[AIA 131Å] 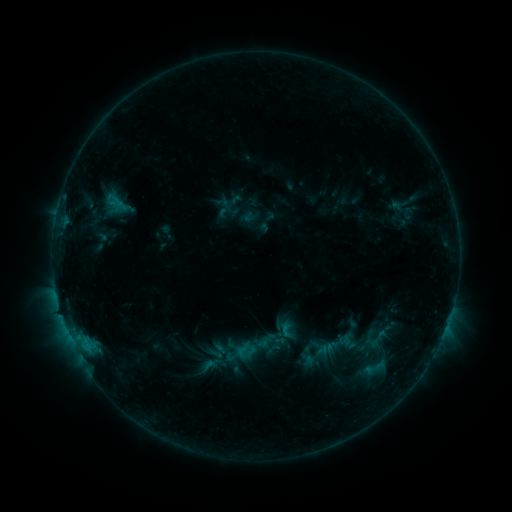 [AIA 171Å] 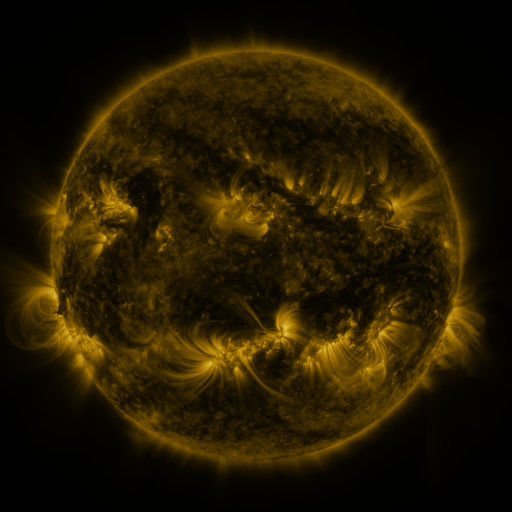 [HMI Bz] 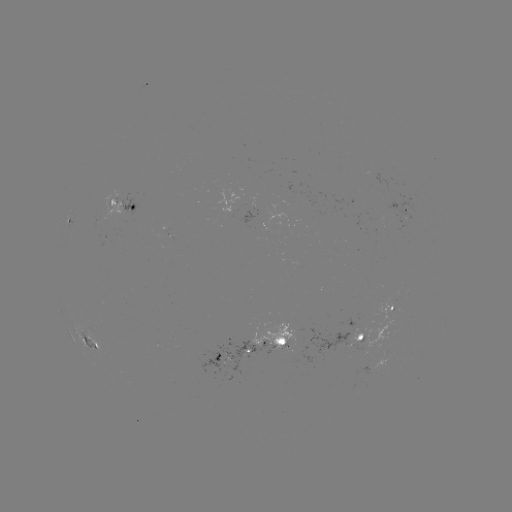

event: sigmoid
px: (243, 351)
